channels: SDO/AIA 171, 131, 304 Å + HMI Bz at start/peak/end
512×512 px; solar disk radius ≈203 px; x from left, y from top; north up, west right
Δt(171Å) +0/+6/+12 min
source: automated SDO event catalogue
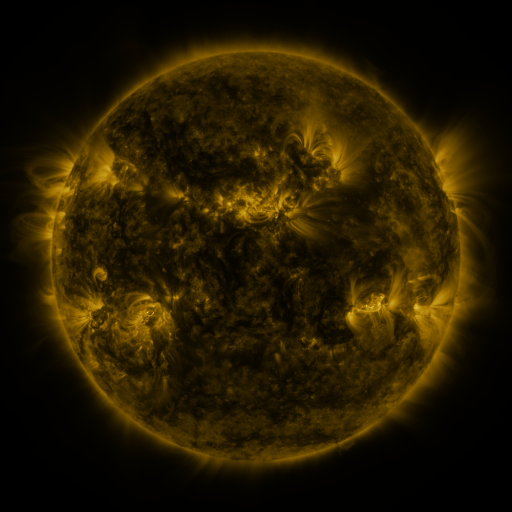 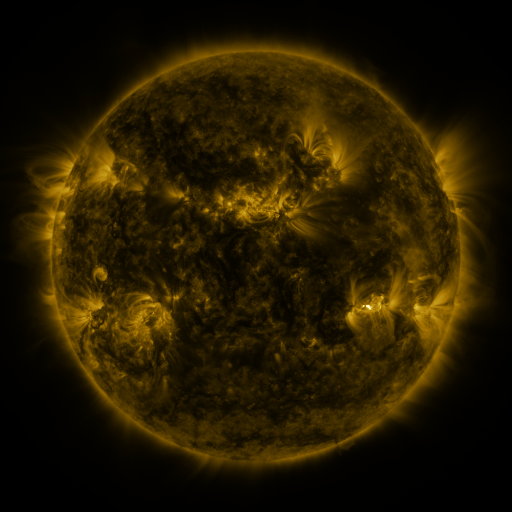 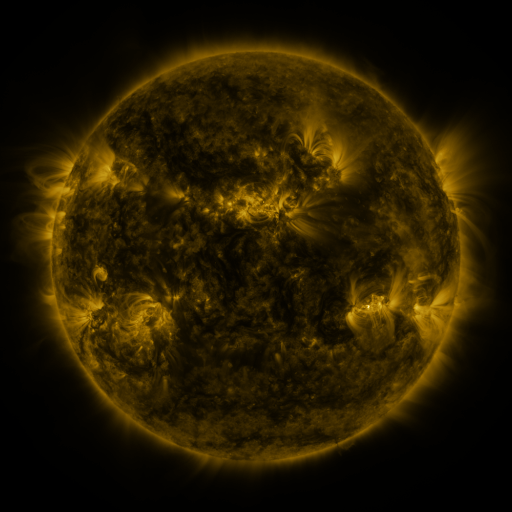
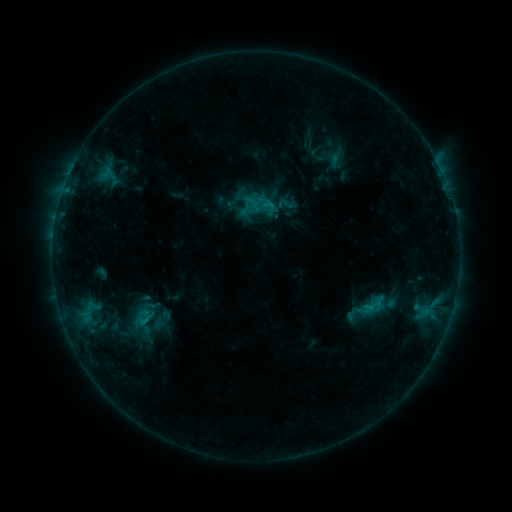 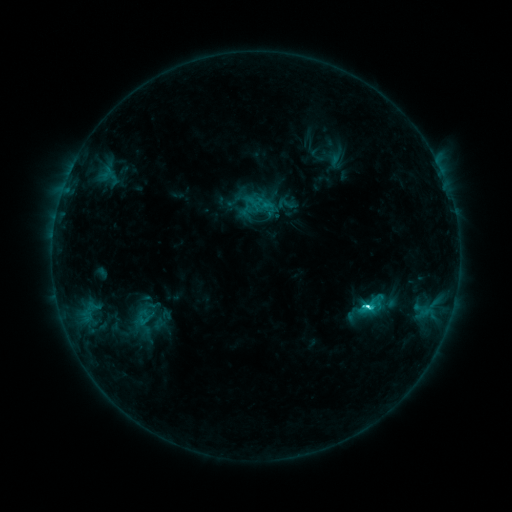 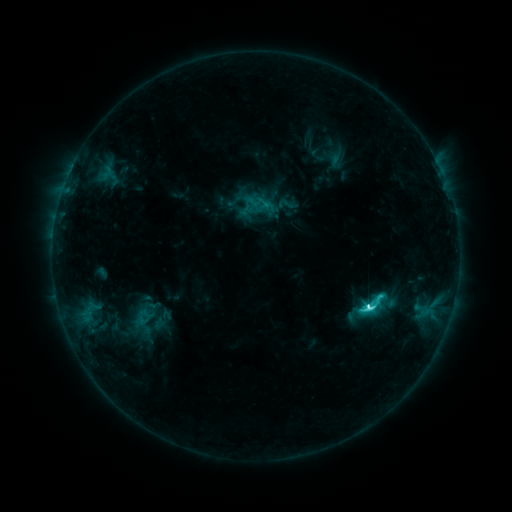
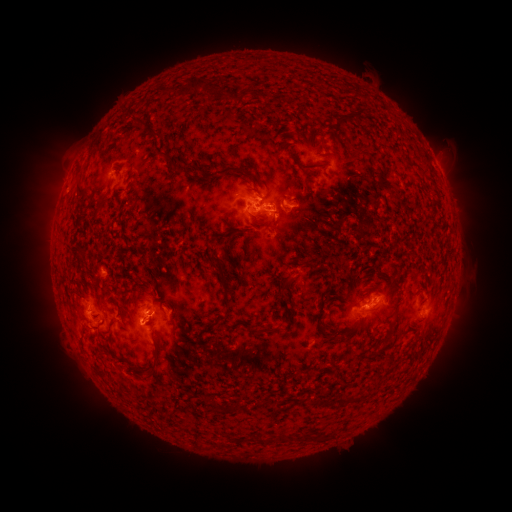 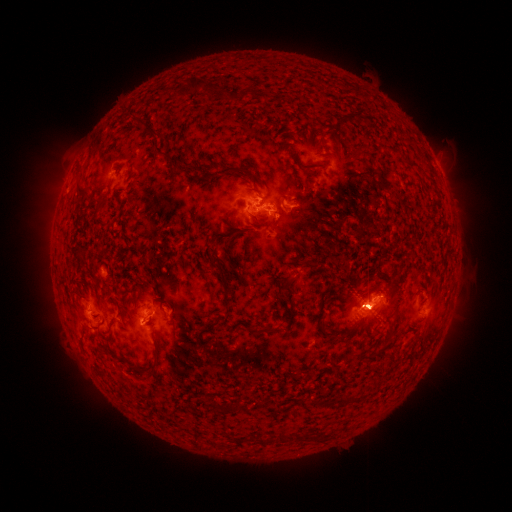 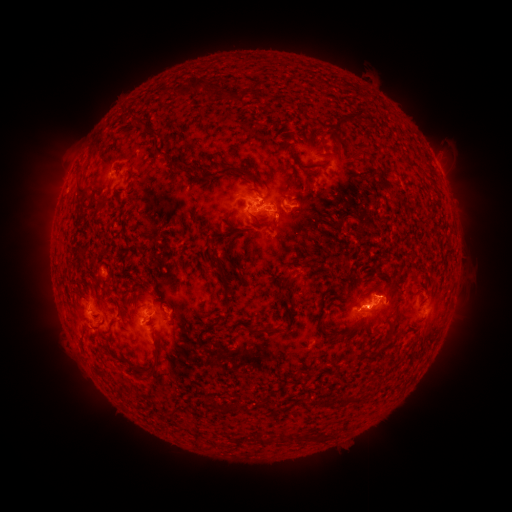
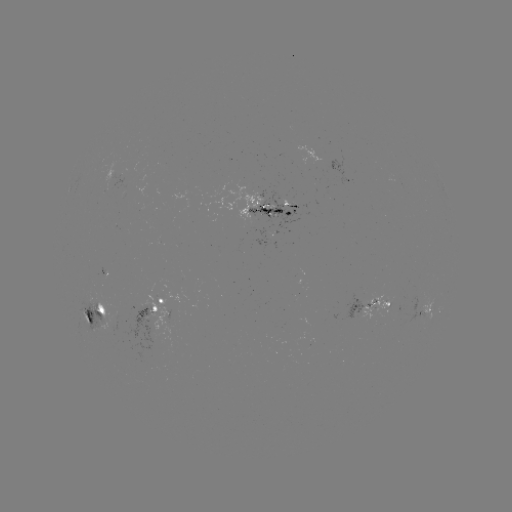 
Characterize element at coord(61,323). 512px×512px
eruption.